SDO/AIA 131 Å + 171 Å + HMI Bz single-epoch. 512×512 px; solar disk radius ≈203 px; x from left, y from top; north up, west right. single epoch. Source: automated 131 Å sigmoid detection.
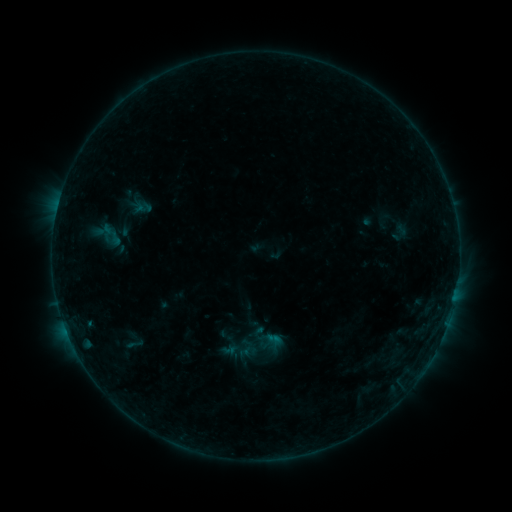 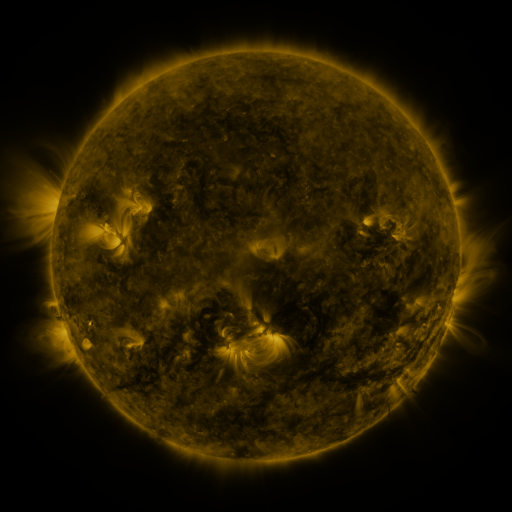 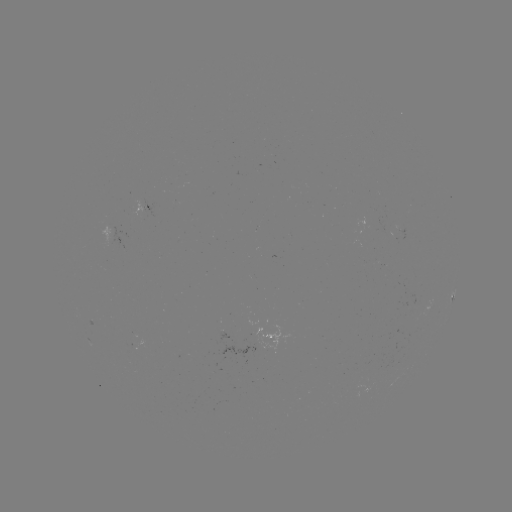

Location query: sigmoid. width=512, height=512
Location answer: [241, 350].